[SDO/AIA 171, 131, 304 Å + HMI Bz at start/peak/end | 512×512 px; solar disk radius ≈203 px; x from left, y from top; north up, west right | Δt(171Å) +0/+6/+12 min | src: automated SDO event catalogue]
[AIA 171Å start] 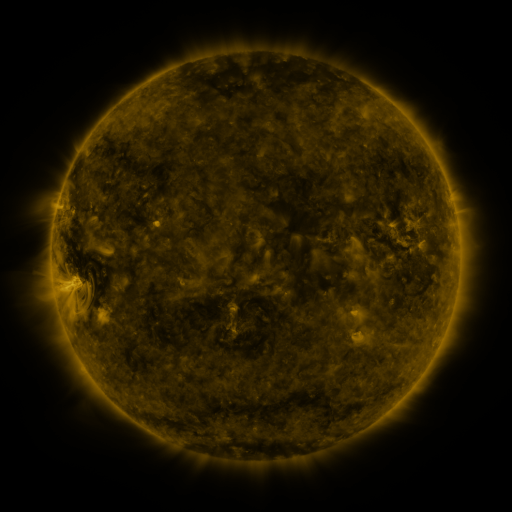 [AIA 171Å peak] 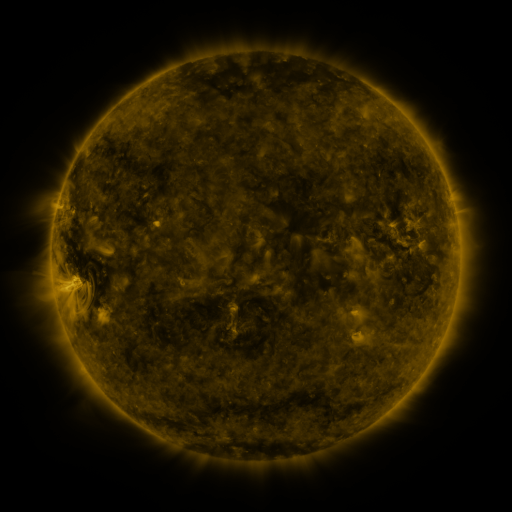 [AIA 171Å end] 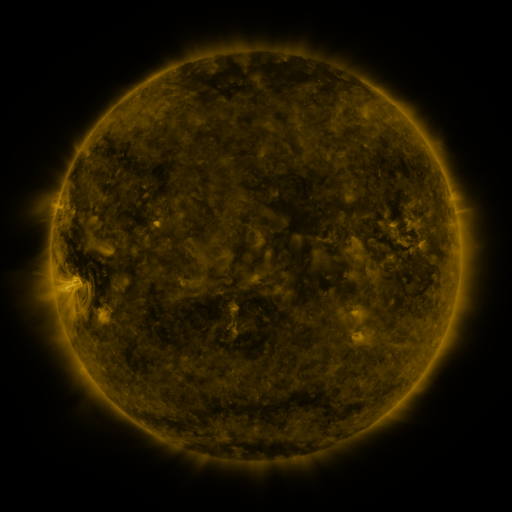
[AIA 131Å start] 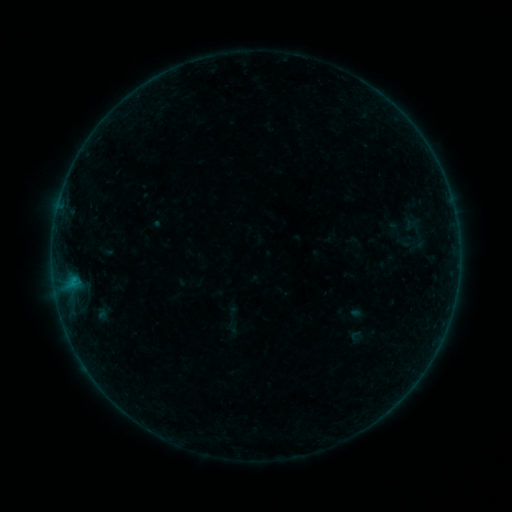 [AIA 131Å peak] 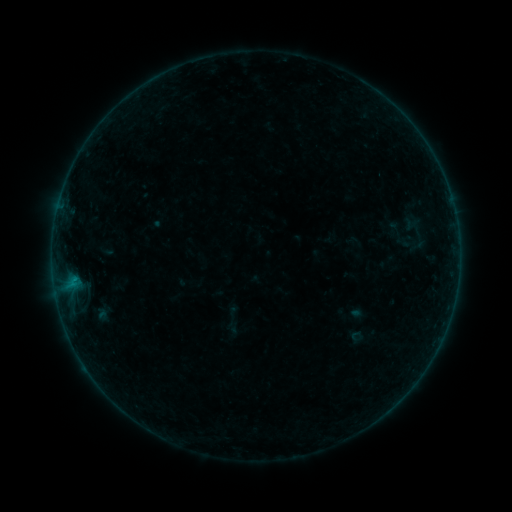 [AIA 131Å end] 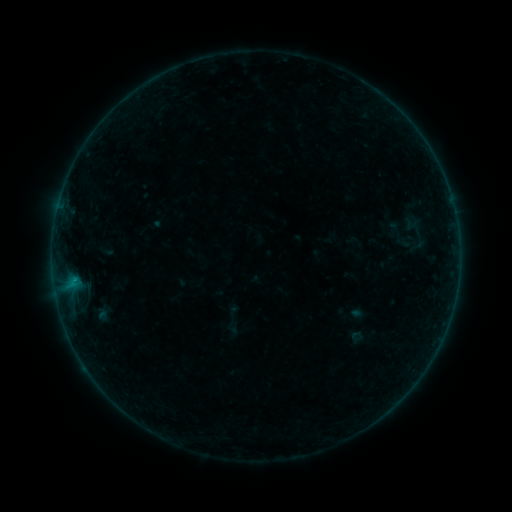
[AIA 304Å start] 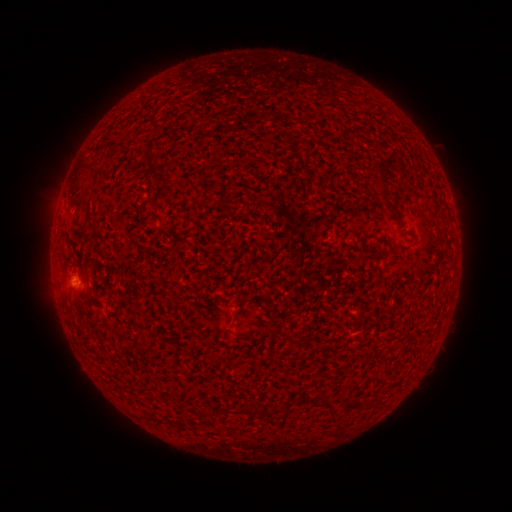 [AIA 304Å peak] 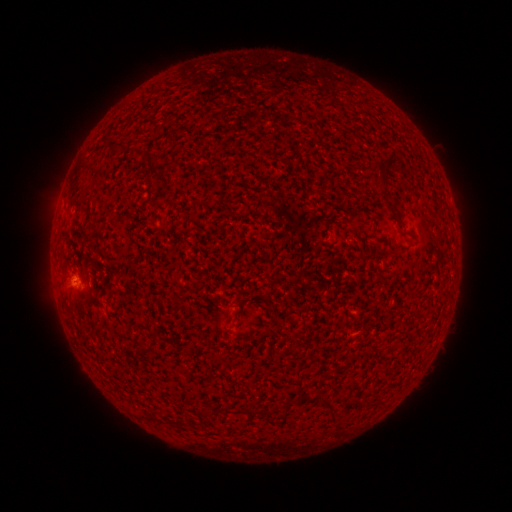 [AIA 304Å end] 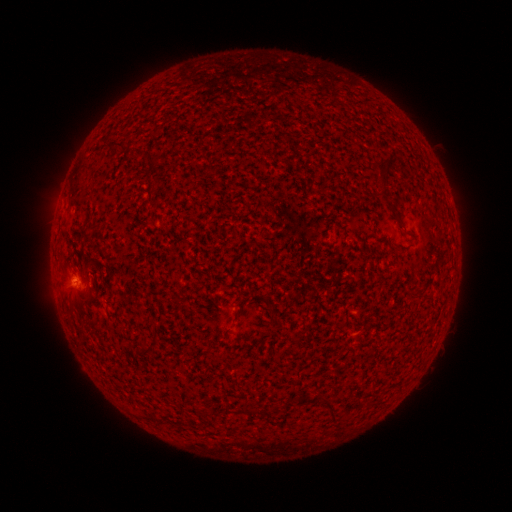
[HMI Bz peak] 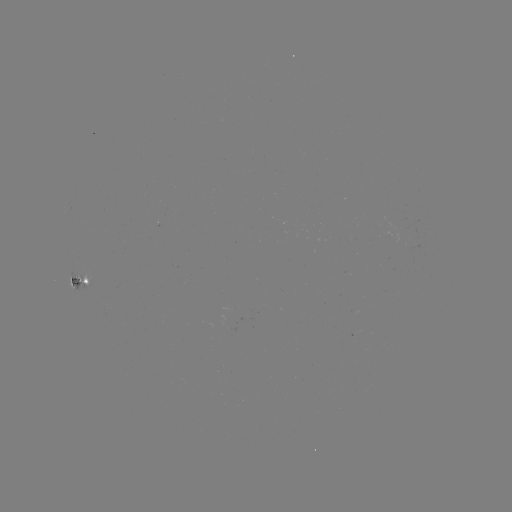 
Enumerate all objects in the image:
B2.1 flare: (75, 279)
